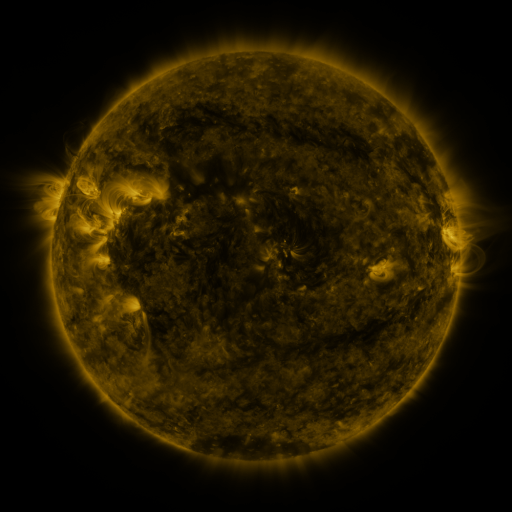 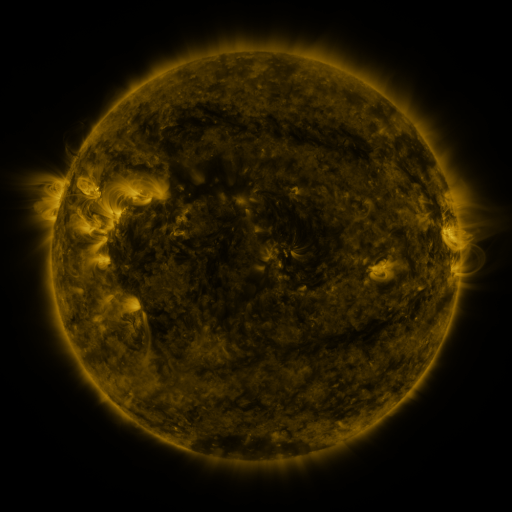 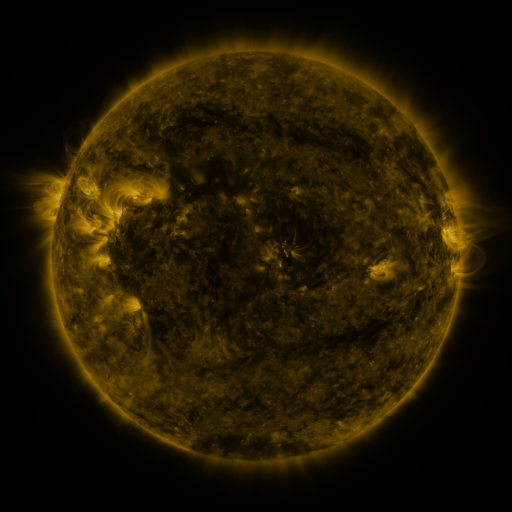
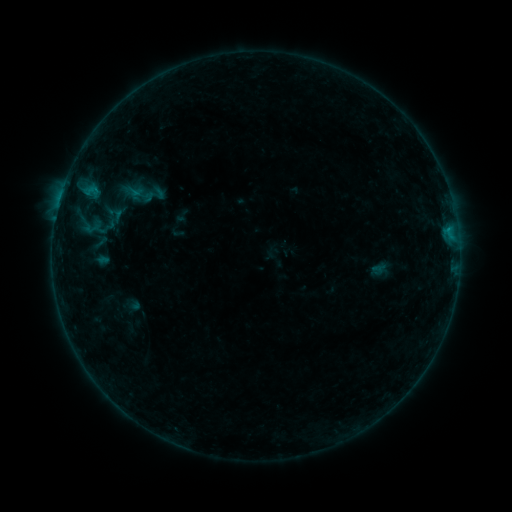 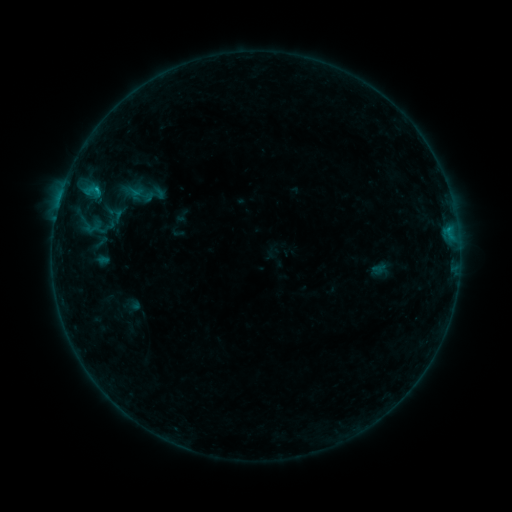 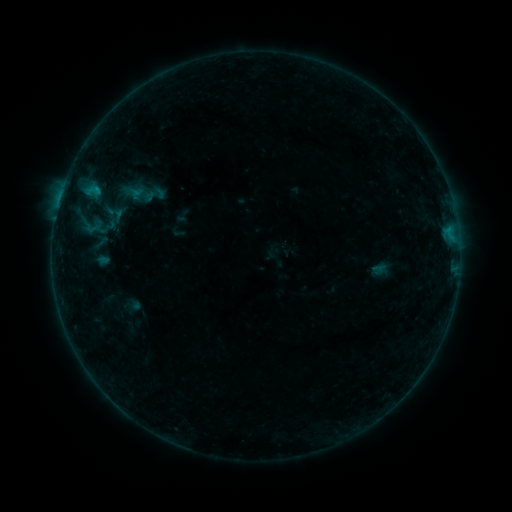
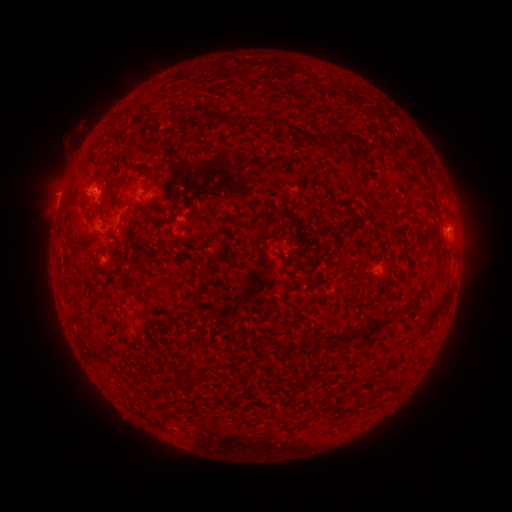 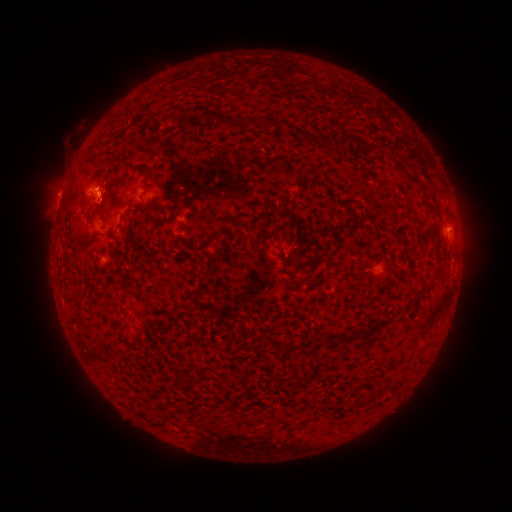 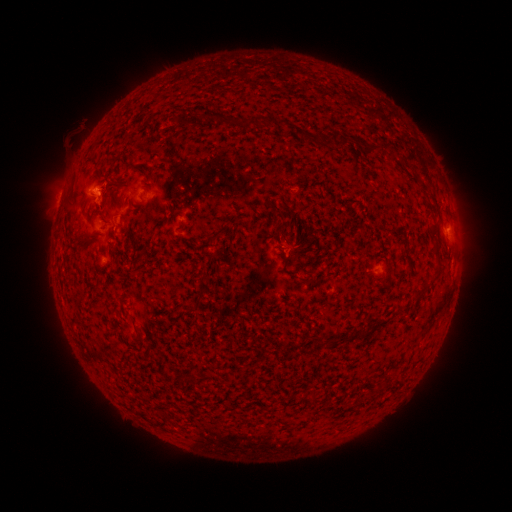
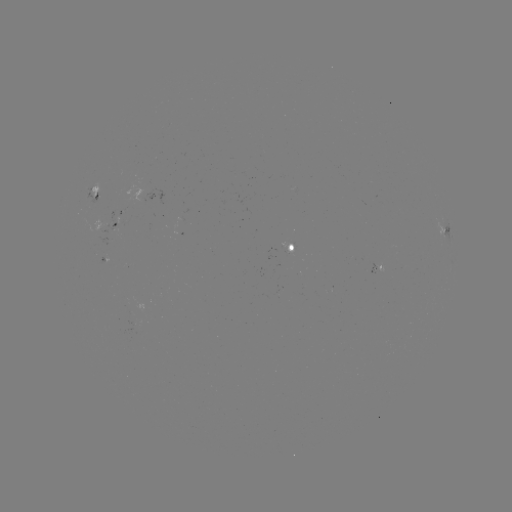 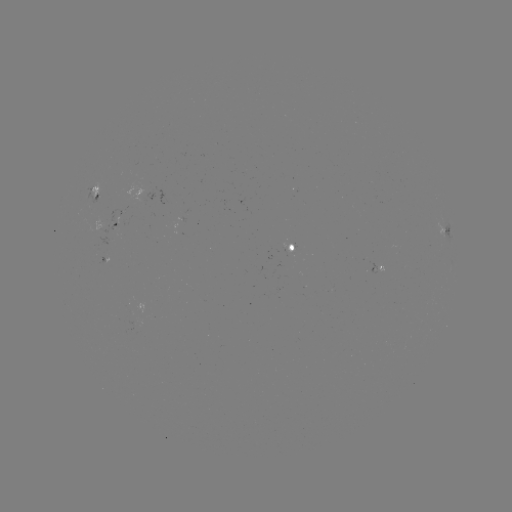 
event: flare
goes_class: B5.1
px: (97, 190)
